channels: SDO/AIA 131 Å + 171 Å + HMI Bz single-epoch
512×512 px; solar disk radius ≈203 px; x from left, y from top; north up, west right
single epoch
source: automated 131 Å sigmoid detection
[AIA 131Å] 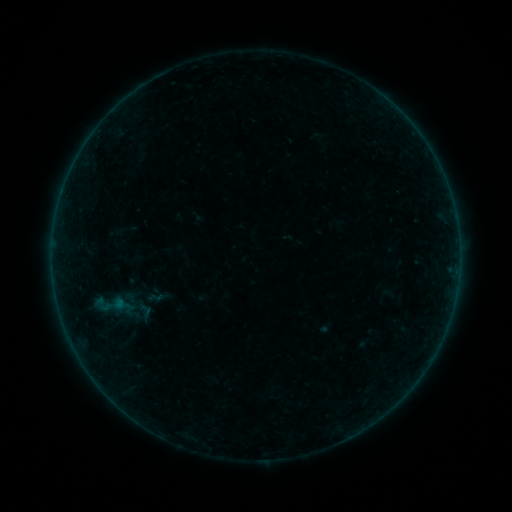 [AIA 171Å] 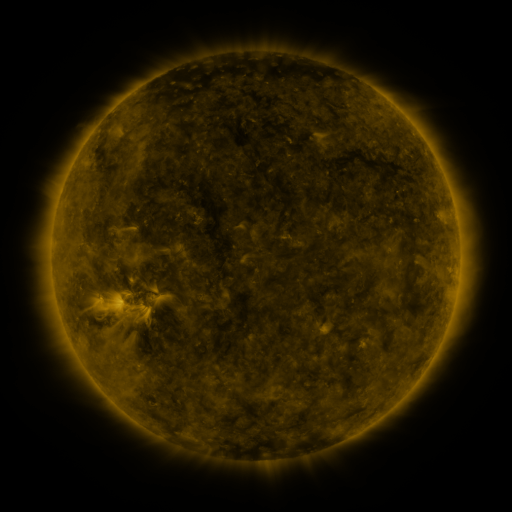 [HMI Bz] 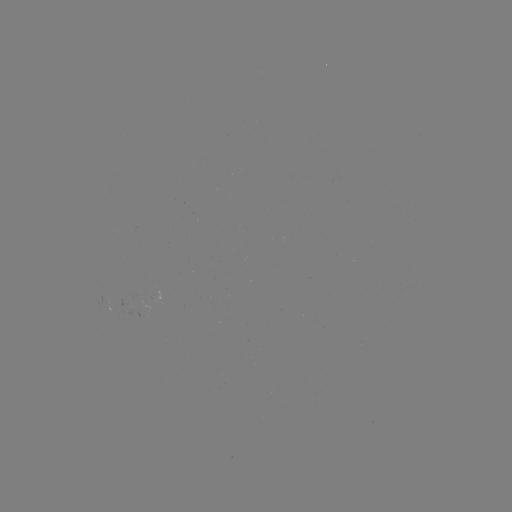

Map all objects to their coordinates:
sigmoid: <bbox>90, 291, 116, 317</bbox>
